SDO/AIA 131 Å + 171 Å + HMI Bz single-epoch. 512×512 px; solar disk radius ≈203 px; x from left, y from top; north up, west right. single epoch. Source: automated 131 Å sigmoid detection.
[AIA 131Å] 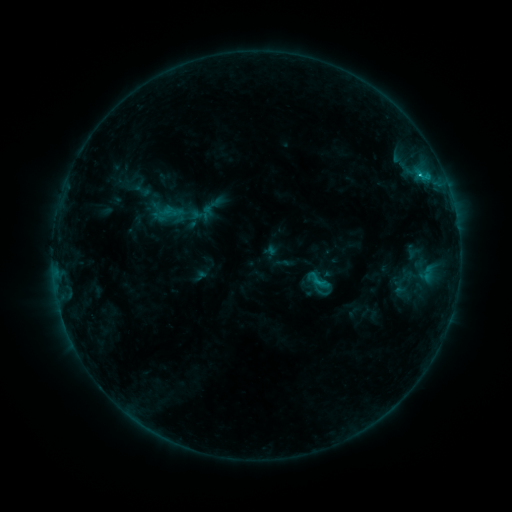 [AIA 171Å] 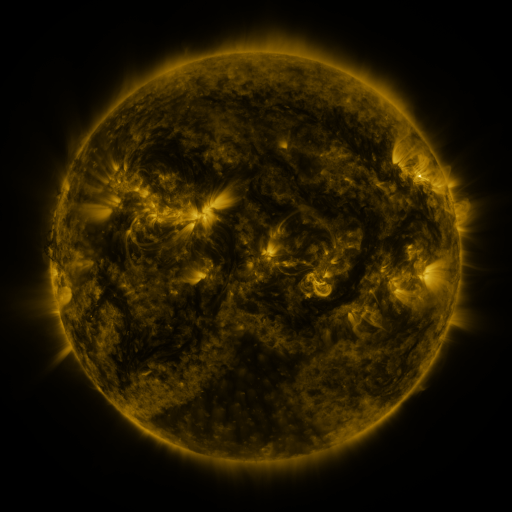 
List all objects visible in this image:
sigmoid: <bbox>157, 195, 178, 216</bbox>
sigmoid: <bbox>303, 265, 330, 295</bbox>
